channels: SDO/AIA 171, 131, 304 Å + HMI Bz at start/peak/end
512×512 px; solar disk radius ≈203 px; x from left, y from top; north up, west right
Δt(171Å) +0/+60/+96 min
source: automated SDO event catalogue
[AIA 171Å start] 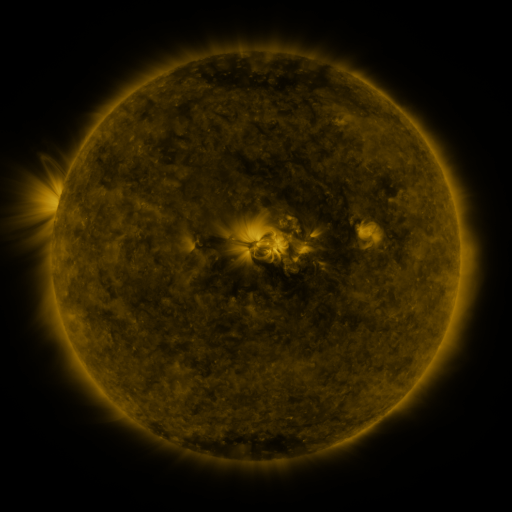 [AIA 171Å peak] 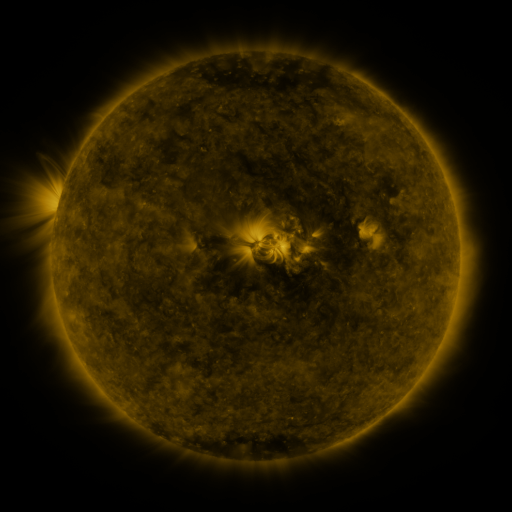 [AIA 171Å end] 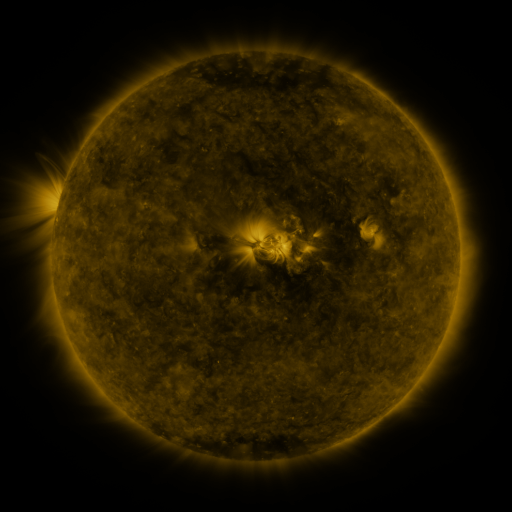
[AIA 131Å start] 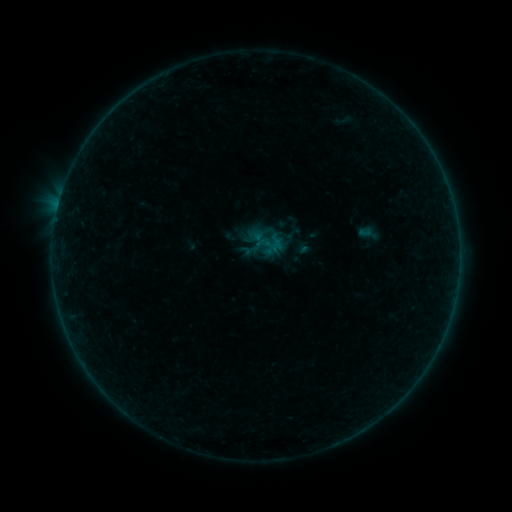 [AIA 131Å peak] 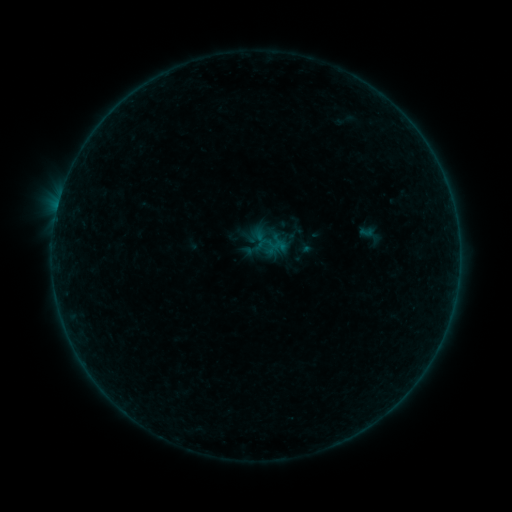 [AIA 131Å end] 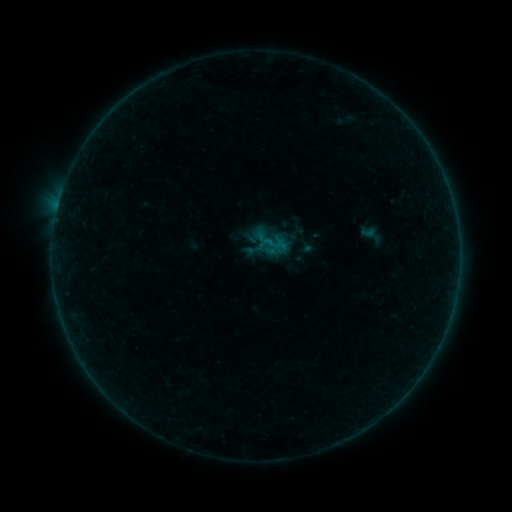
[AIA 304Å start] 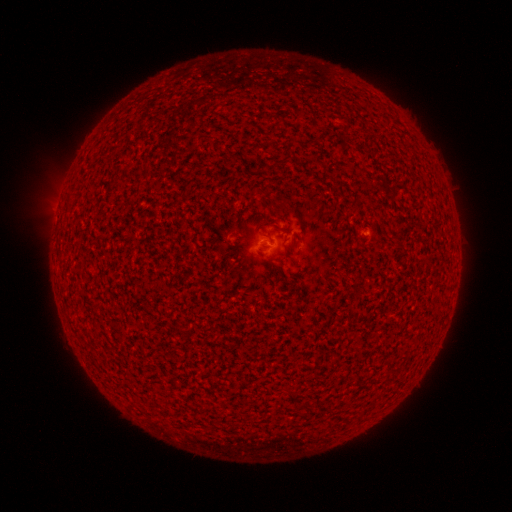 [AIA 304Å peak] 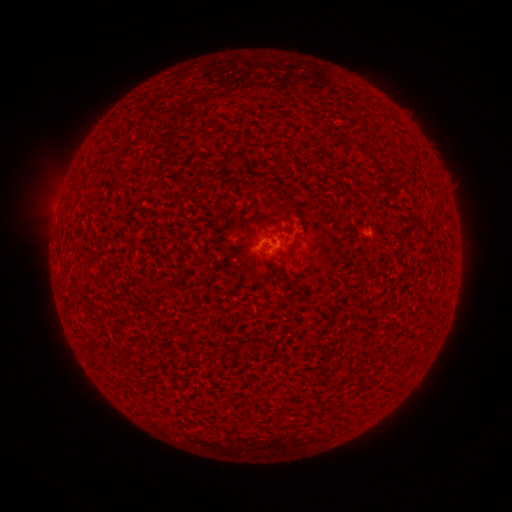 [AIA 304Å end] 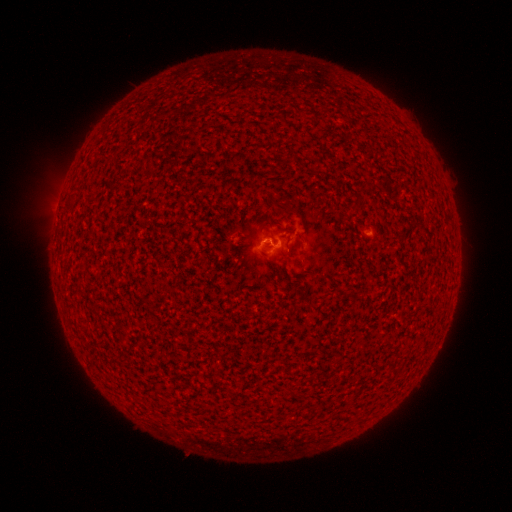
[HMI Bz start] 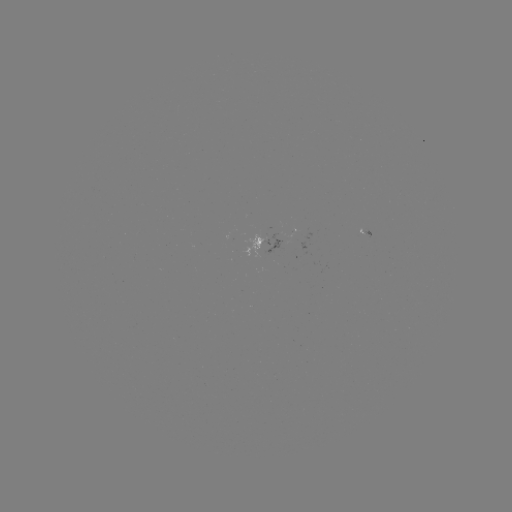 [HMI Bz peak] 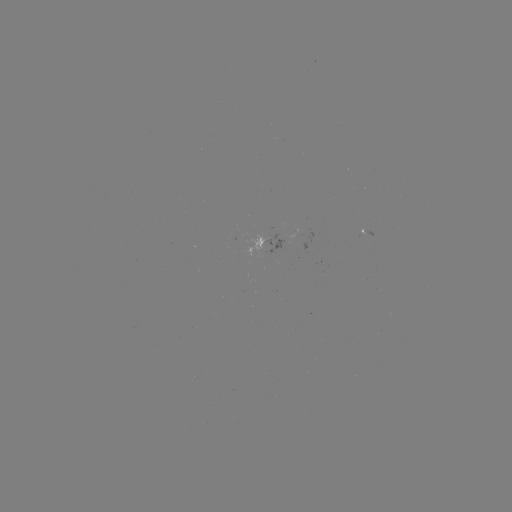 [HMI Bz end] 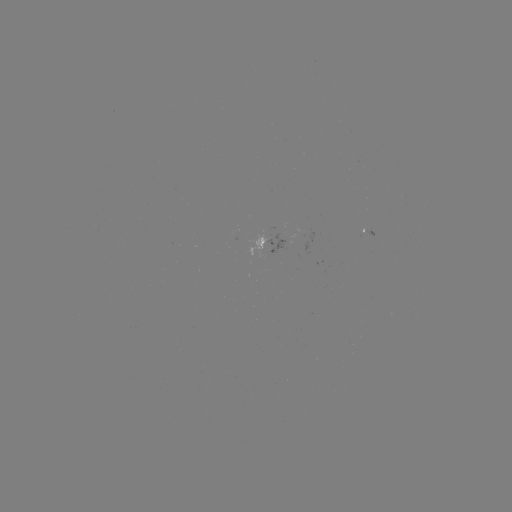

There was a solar emerging-flux region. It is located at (271, 241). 